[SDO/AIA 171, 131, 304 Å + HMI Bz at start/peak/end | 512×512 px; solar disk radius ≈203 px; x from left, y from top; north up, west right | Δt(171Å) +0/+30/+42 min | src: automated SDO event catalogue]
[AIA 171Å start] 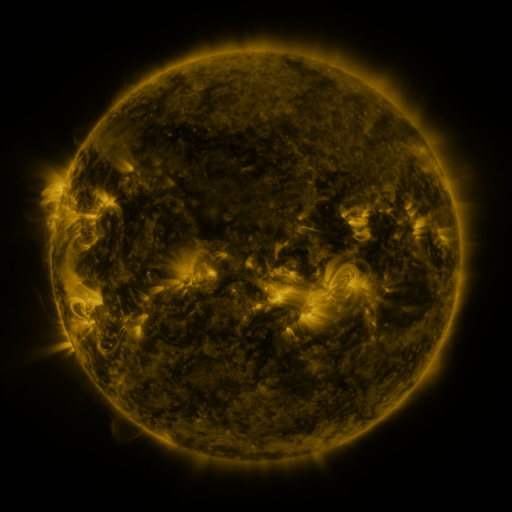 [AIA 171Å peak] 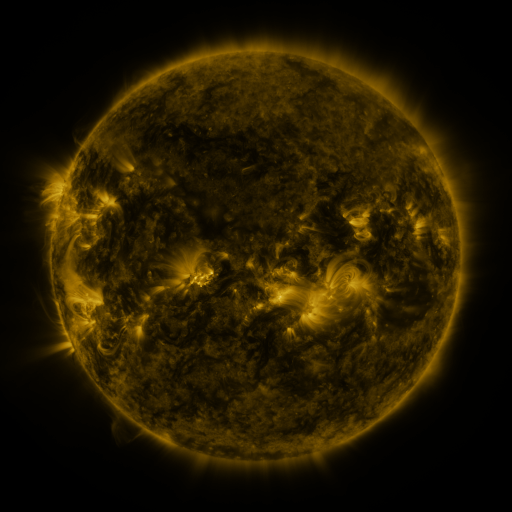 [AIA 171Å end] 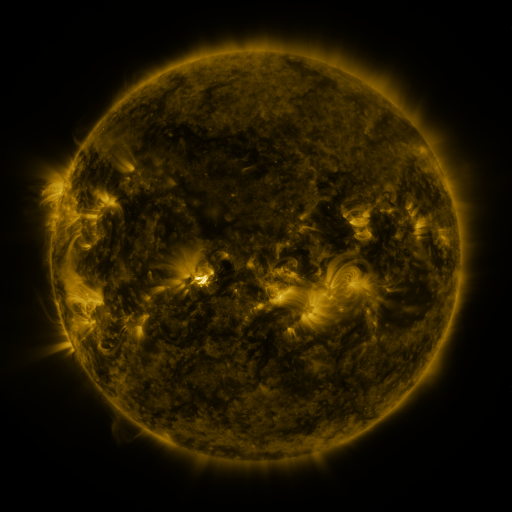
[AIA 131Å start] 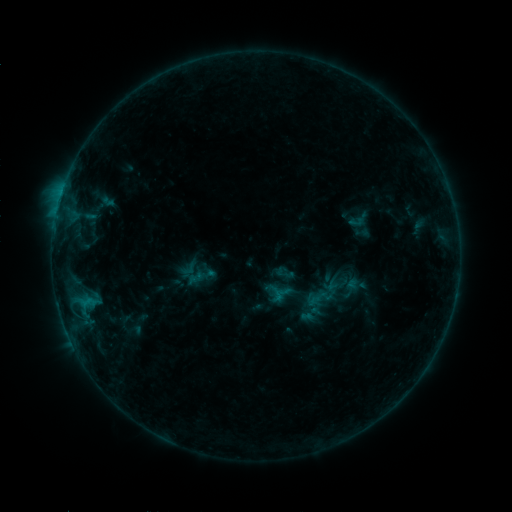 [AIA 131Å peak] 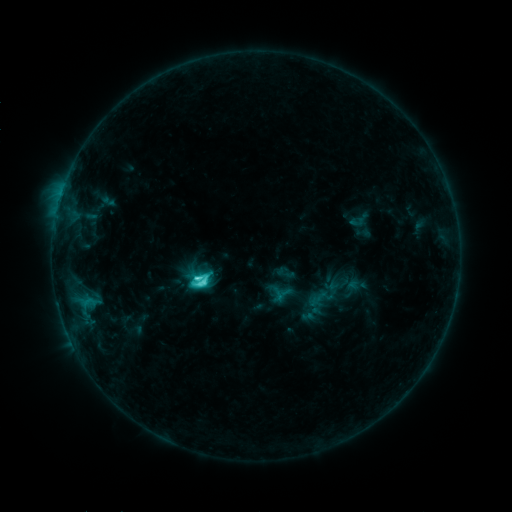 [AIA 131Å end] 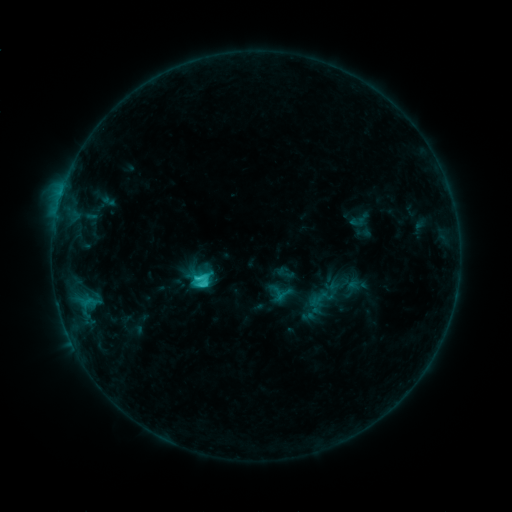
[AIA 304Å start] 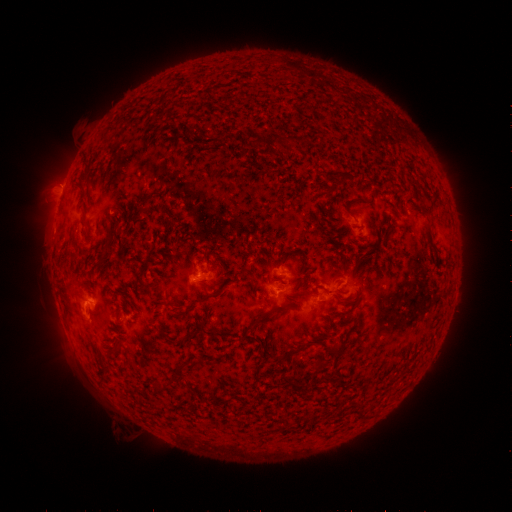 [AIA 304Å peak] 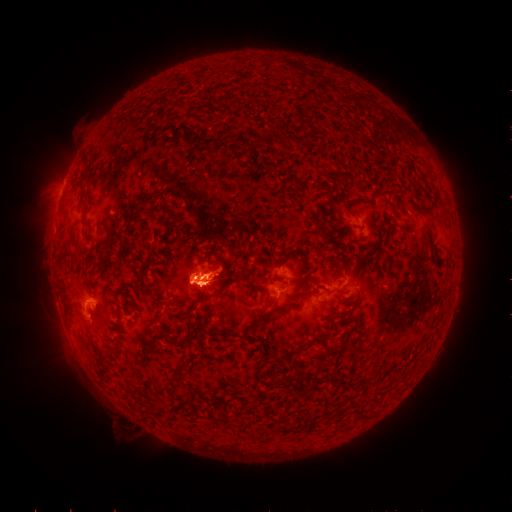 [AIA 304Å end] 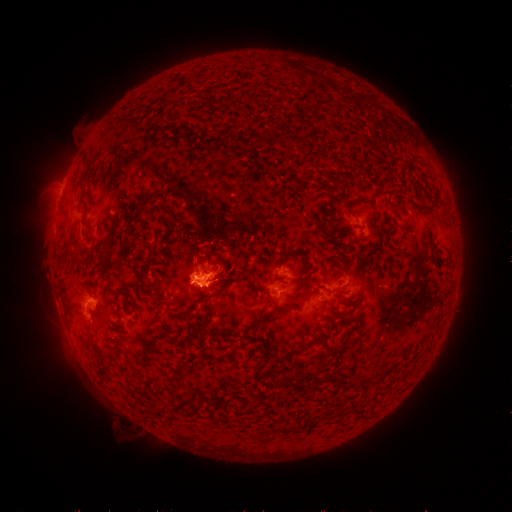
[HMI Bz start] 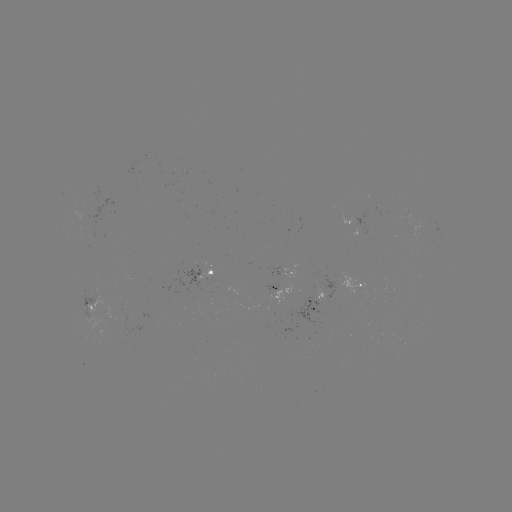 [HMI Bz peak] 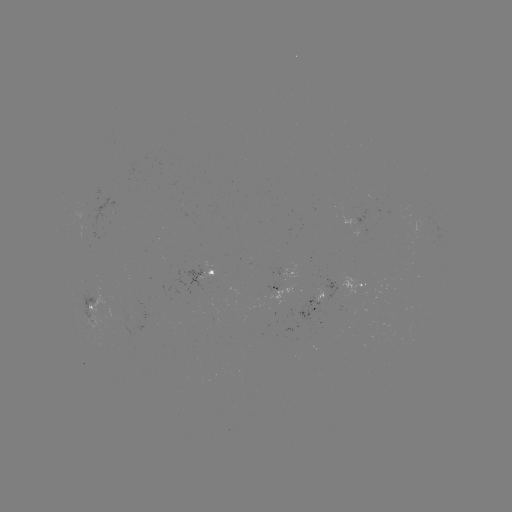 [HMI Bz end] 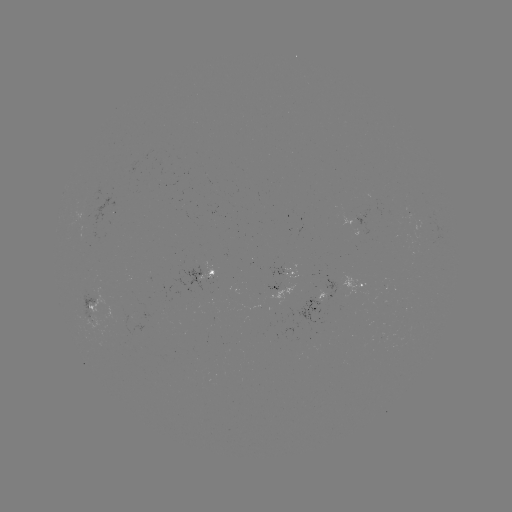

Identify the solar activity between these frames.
C5.6 flare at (203, 279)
